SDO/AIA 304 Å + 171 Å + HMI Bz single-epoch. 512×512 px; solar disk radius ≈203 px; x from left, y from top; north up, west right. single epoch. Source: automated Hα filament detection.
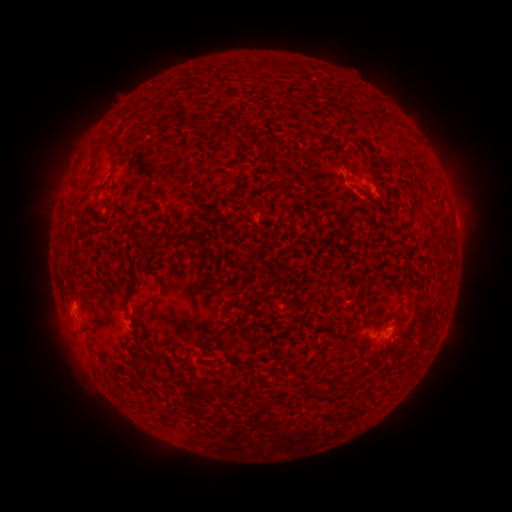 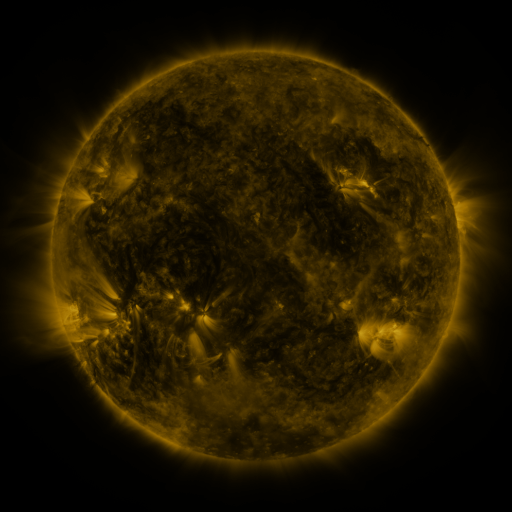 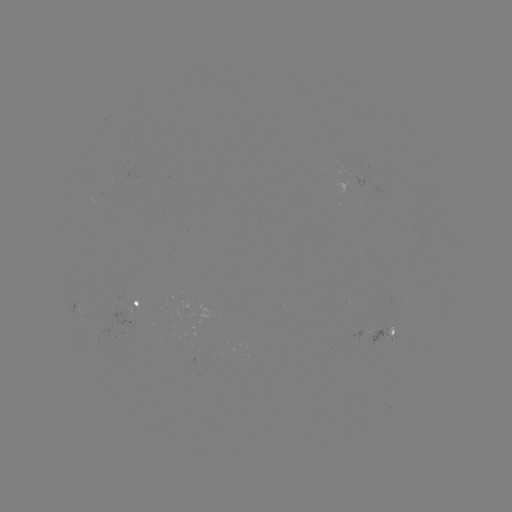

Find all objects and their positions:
filament: (199, 119, 210, 131)
filament: (109, 134, 119, 146)
filament: (342, 159, 355, 174)
filament: (162, 230, 174, 242)
filament: (130, 255, 143, 271)
filament: (80, 287, 96, 303)
filament: (336, 374, 358, 388)
filament: (311, 387, 323, 401)
